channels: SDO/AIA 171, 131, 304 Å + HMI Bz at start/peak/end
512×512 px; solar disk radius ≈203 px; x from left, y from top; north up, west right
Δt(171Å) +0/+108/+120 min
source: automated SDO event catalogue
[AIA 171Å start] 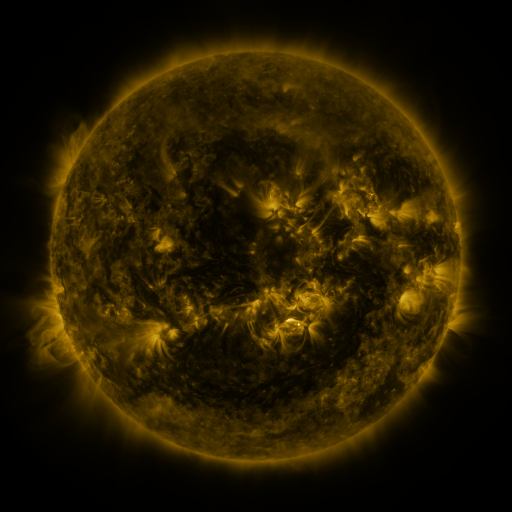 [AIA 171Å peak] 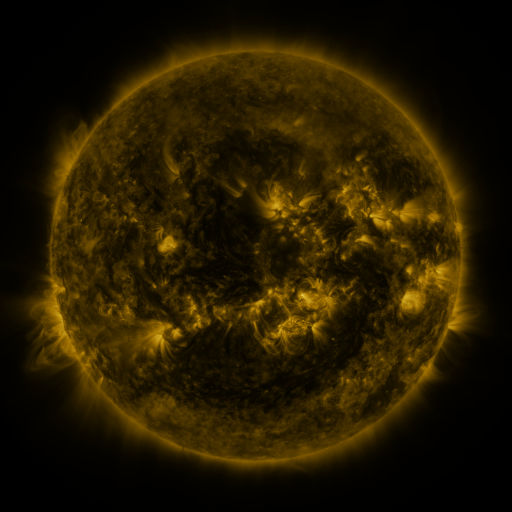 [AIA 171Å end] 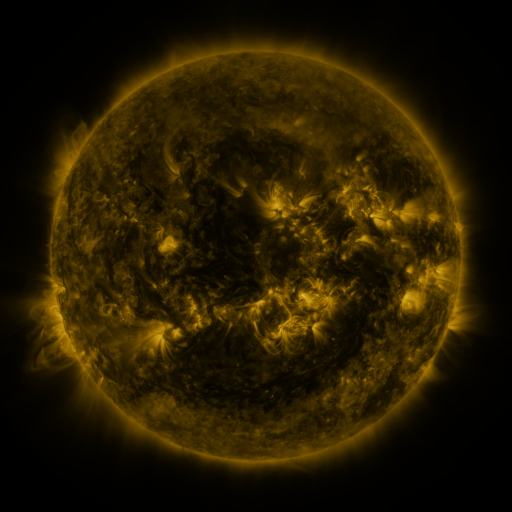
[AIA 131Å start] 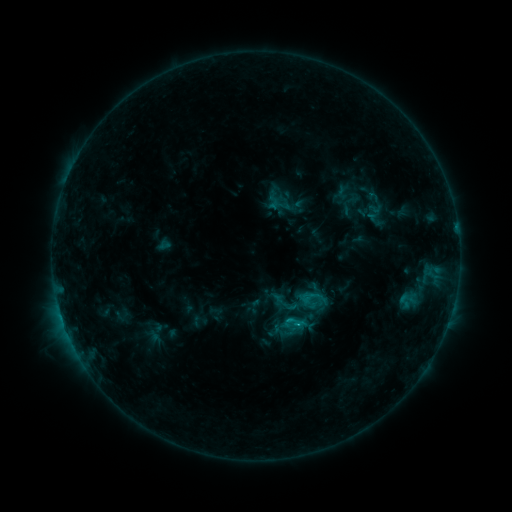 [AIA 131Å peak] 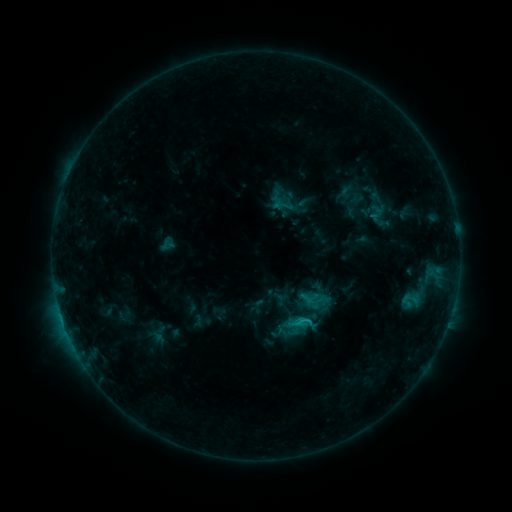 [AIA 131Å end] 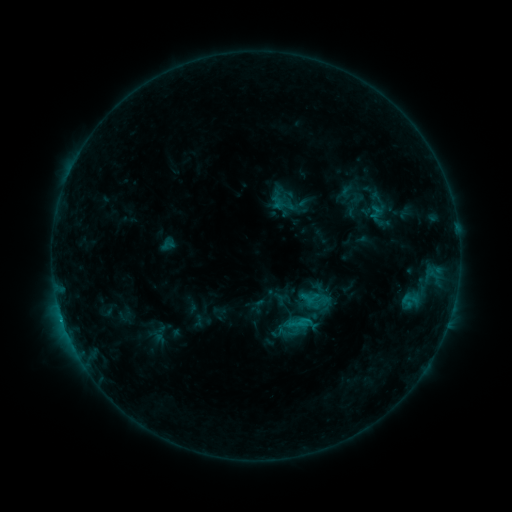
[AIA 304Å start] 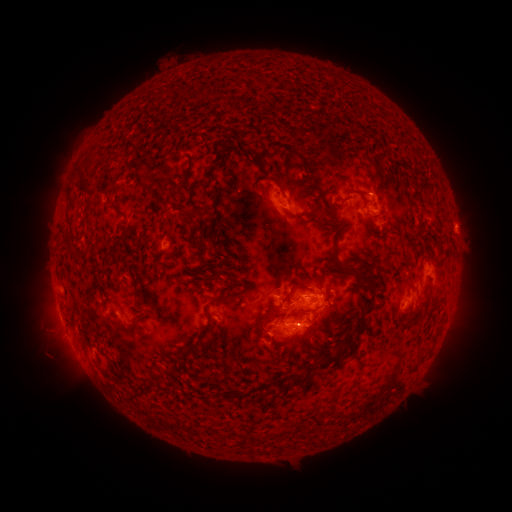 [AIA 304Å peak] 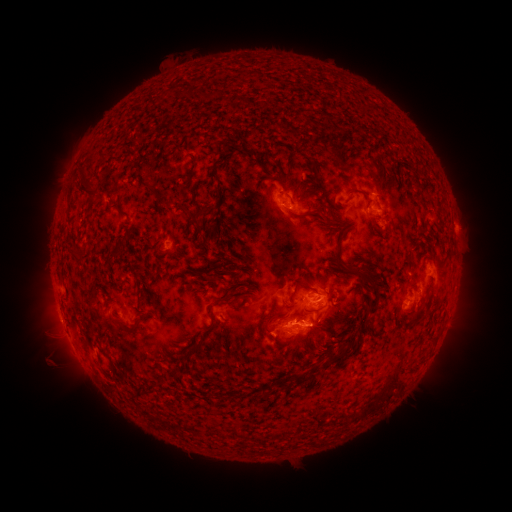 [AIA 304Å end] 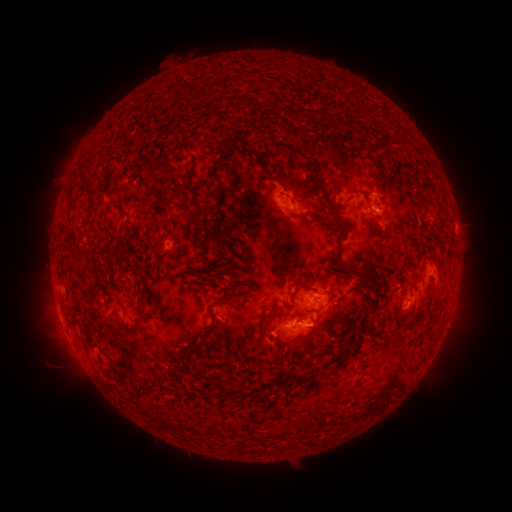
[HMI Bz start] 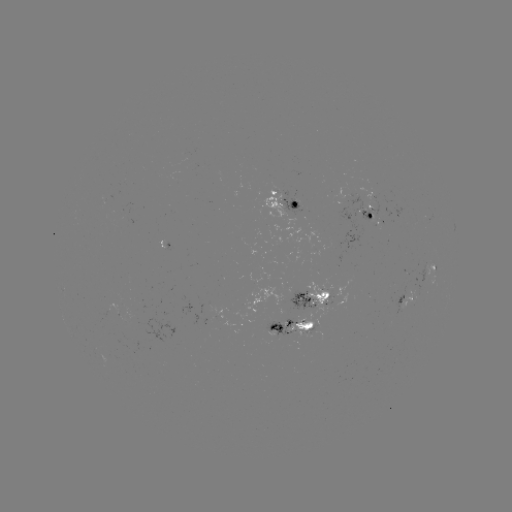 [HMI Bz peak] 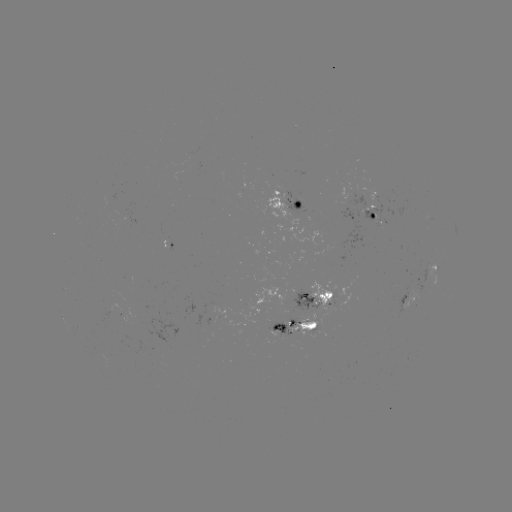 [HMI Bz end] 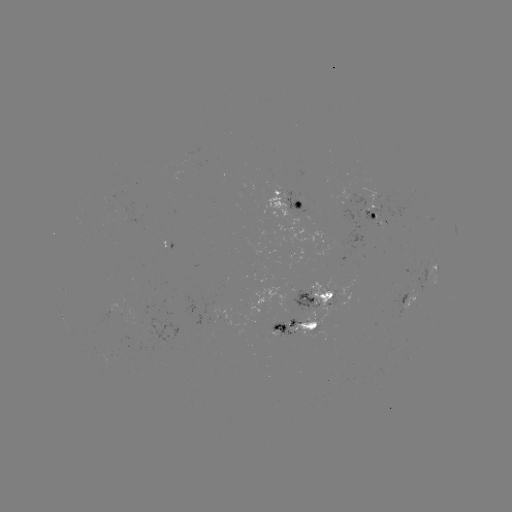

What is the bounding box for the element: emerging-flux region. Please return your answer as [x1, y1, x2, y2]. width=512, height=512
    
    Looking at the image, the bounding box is [288, 280, 334, 336].